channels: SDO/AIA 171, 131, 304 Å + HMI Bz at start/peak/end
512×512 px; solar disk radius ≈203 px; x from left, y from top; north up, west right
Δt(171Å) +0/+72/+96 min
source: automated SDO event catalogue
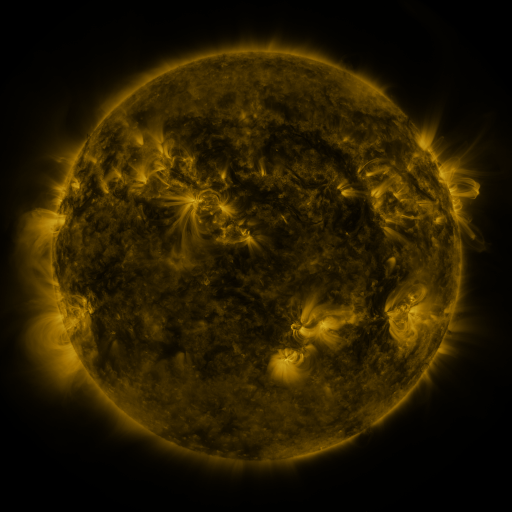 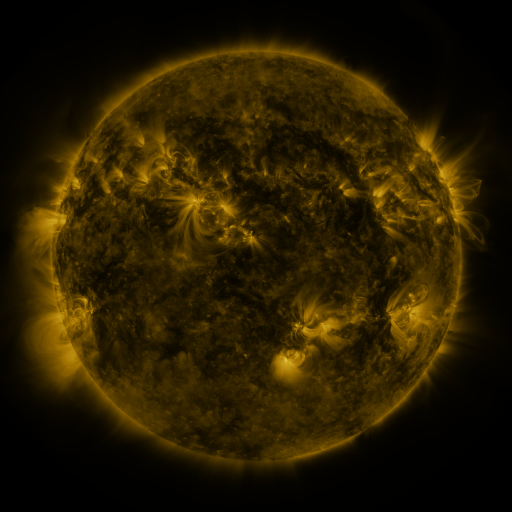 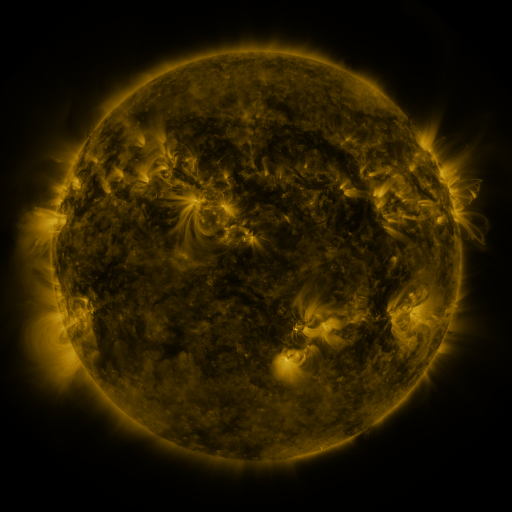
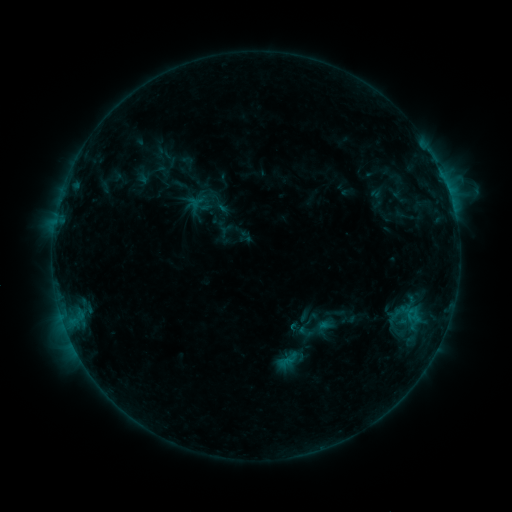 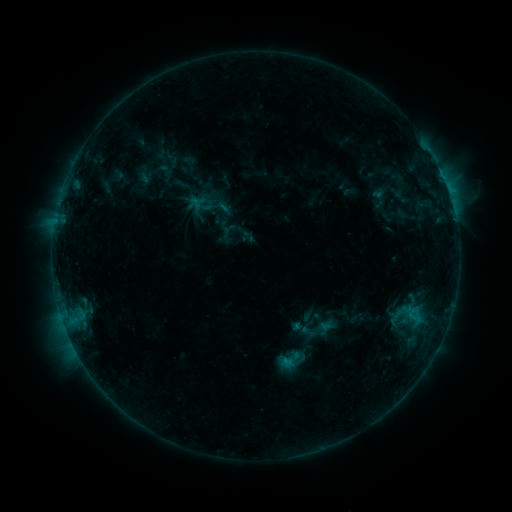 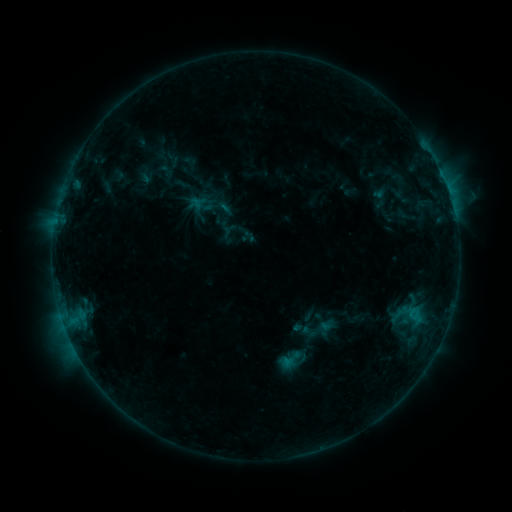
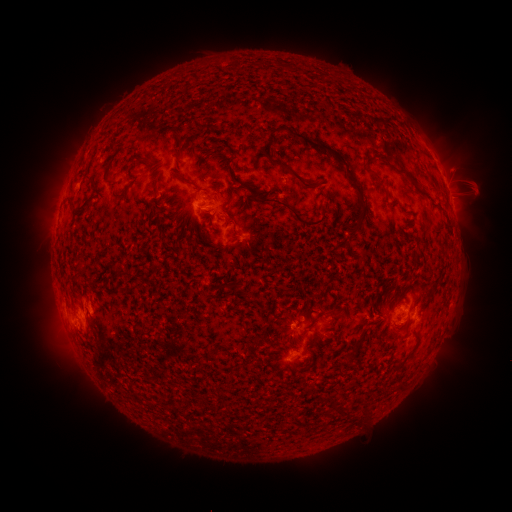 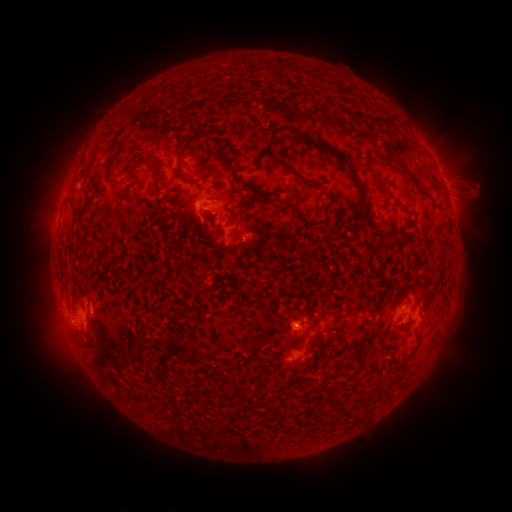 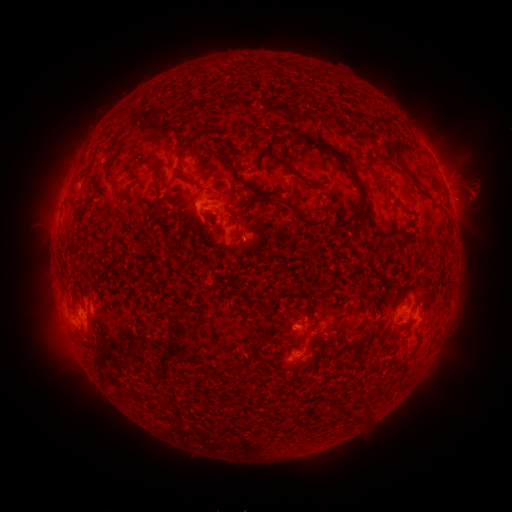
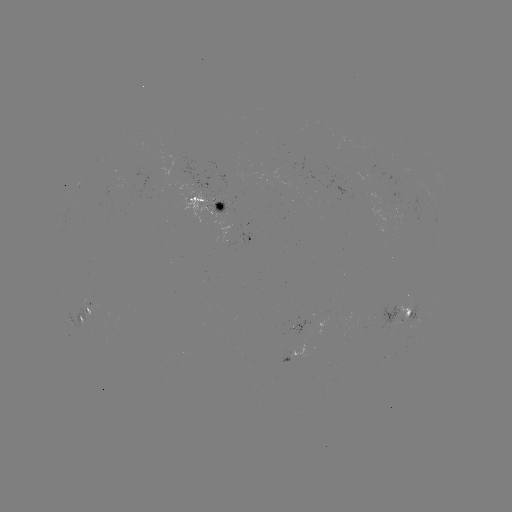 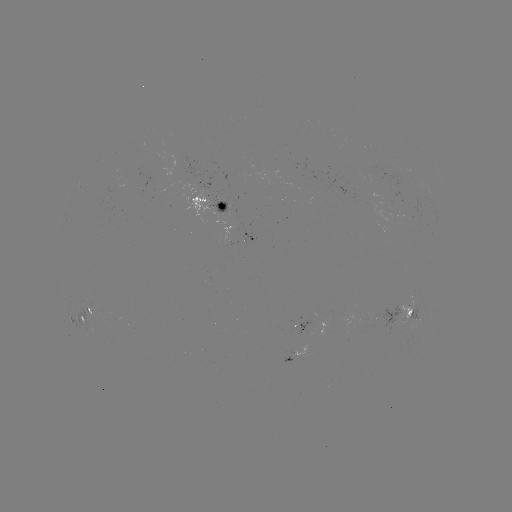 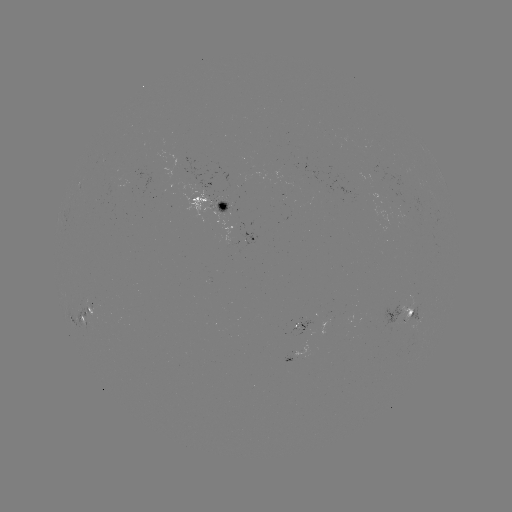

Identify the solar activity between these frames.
emerging-flux region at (408, 309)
